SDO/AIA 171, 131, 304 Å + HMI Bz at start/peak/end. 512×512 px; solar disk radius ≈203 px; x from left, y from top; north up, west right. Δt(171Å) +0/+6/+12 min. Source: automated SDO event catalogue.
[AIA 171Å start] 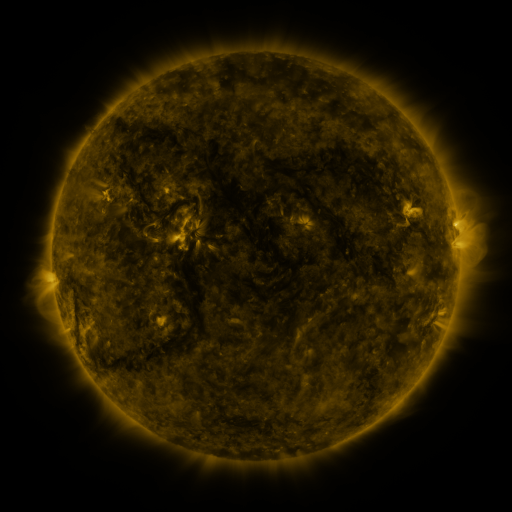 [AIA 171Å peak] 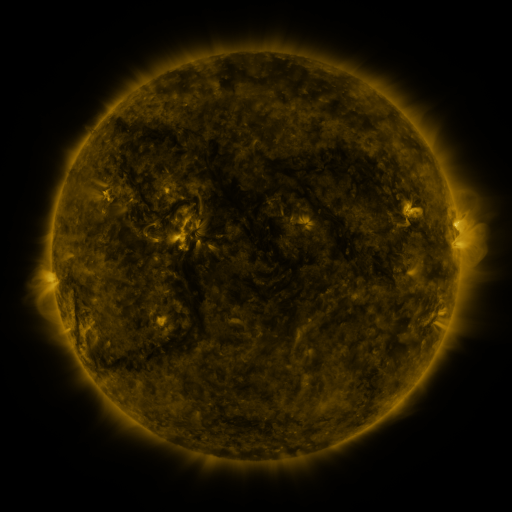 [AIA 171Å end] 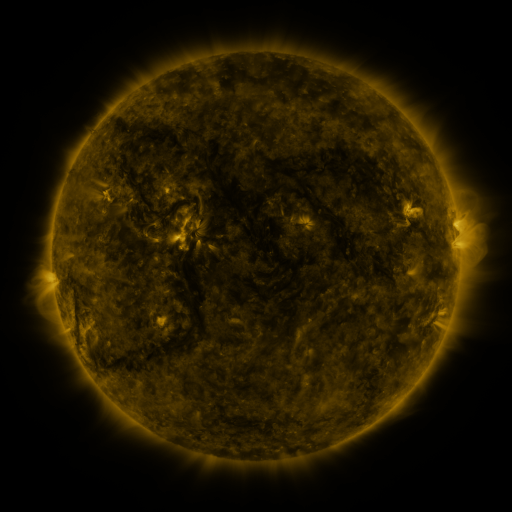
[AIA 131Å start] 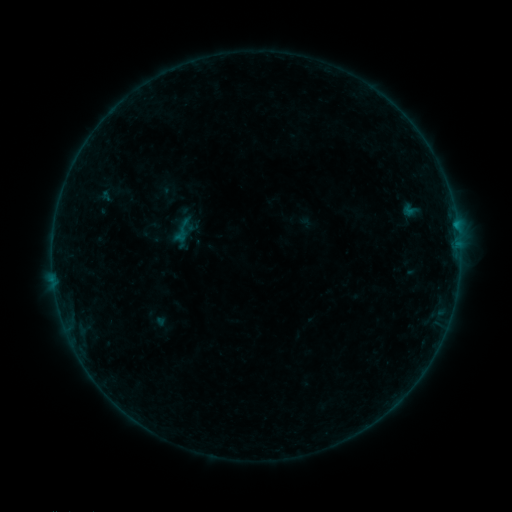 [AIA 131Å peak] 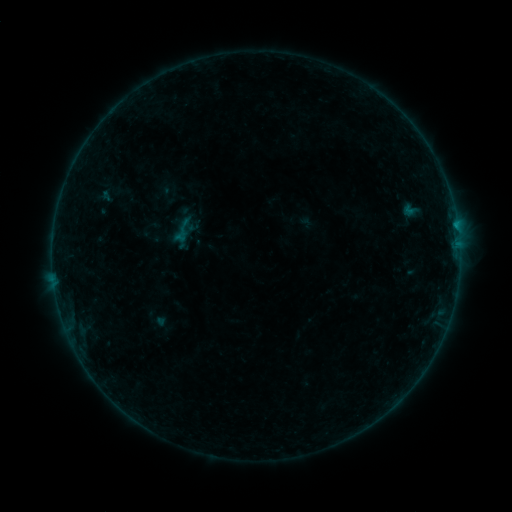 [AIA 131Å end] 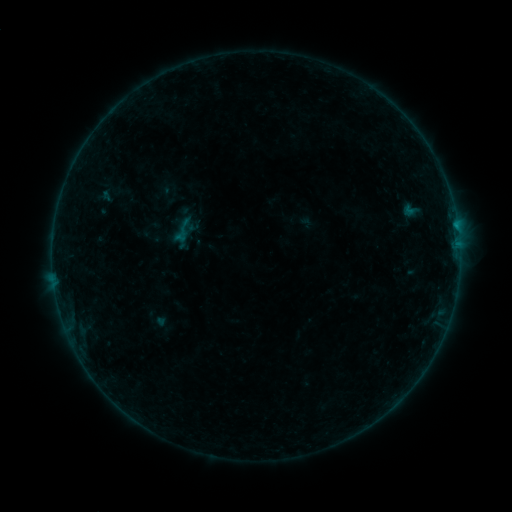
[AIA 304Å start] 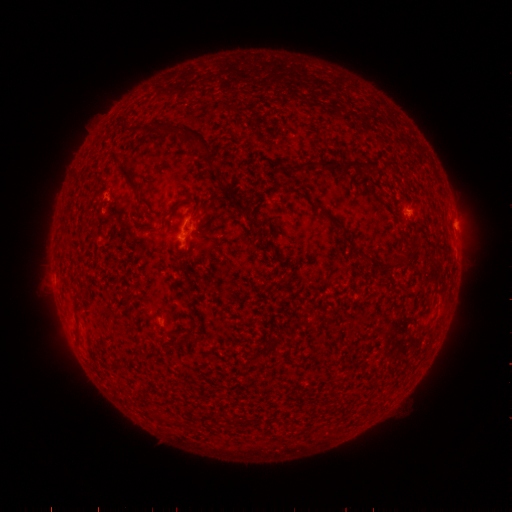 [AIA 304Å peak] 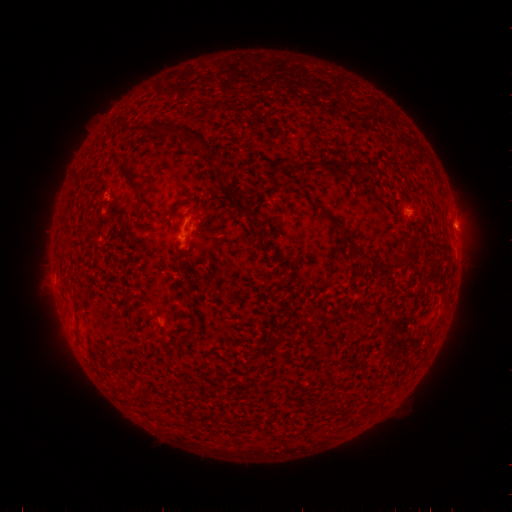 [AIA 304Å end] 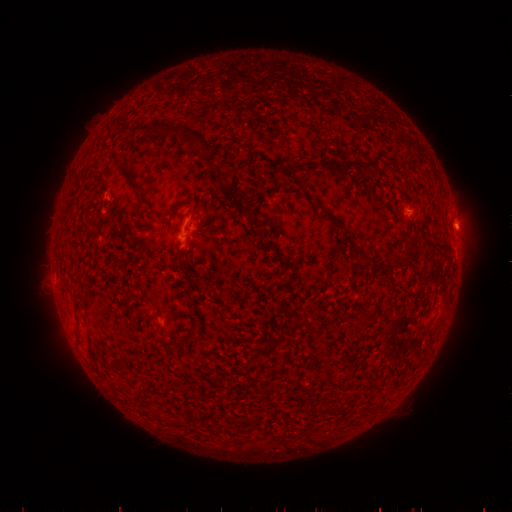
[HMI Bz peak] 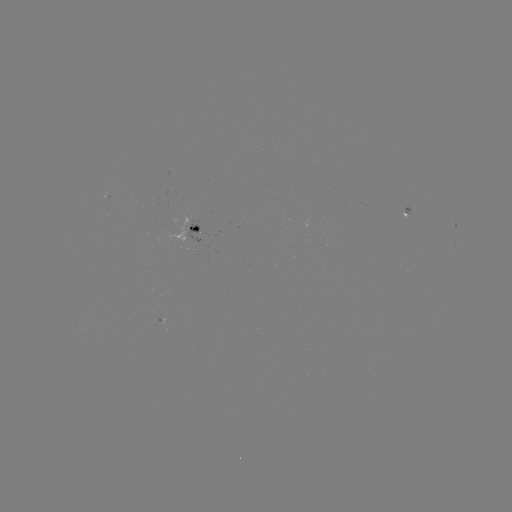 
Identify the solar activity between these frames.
B1.9 flare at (456, 228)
